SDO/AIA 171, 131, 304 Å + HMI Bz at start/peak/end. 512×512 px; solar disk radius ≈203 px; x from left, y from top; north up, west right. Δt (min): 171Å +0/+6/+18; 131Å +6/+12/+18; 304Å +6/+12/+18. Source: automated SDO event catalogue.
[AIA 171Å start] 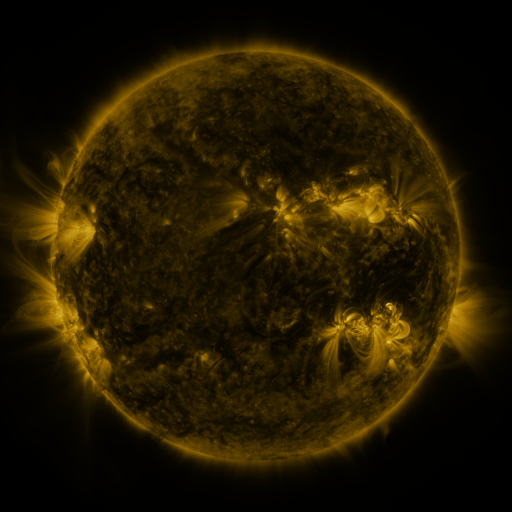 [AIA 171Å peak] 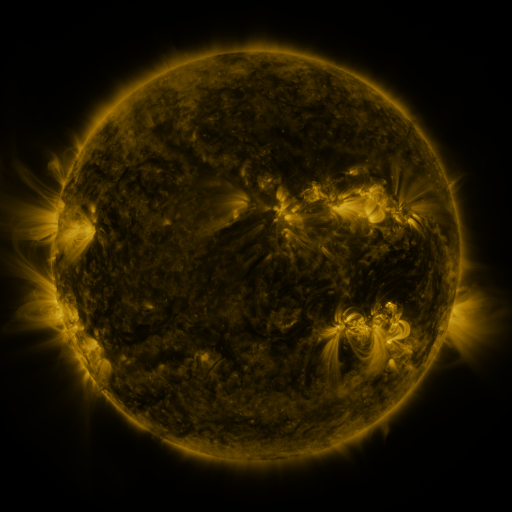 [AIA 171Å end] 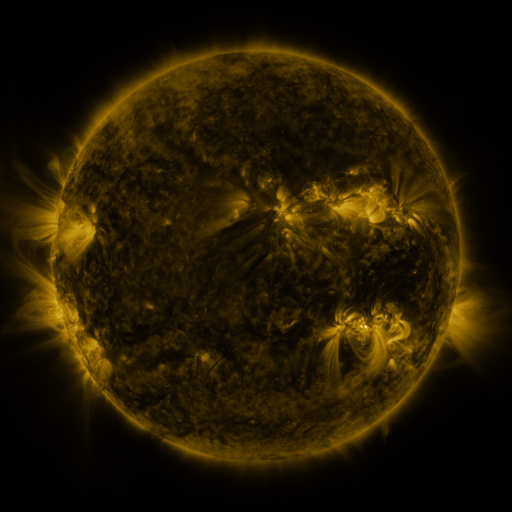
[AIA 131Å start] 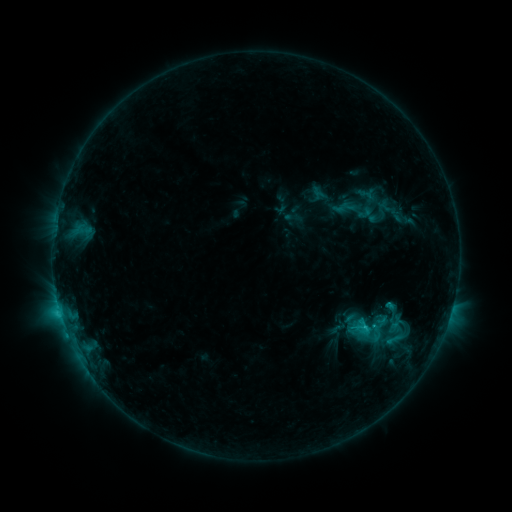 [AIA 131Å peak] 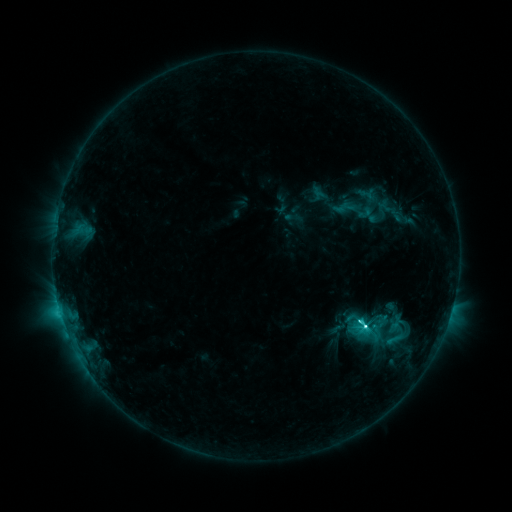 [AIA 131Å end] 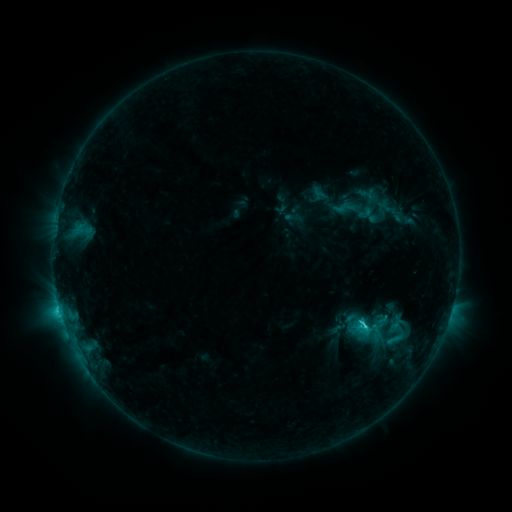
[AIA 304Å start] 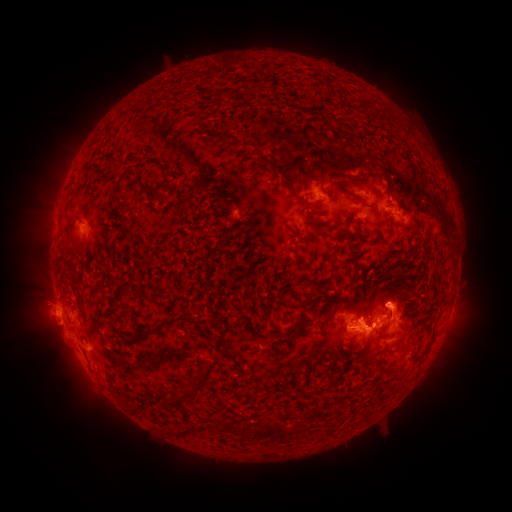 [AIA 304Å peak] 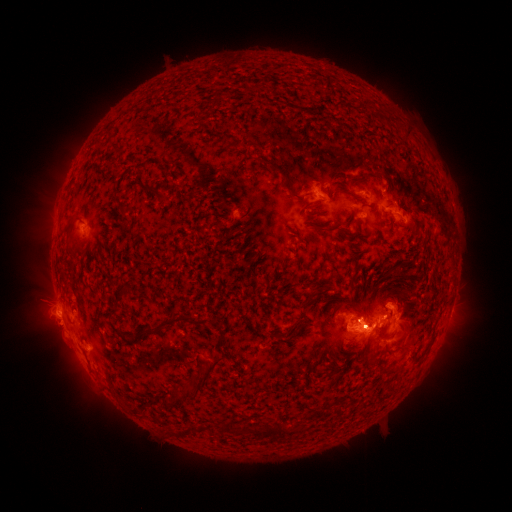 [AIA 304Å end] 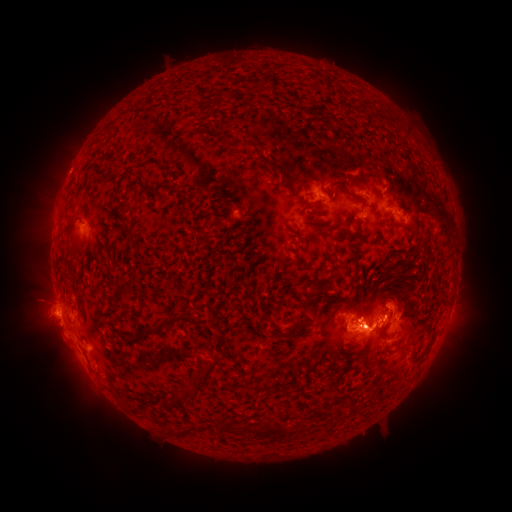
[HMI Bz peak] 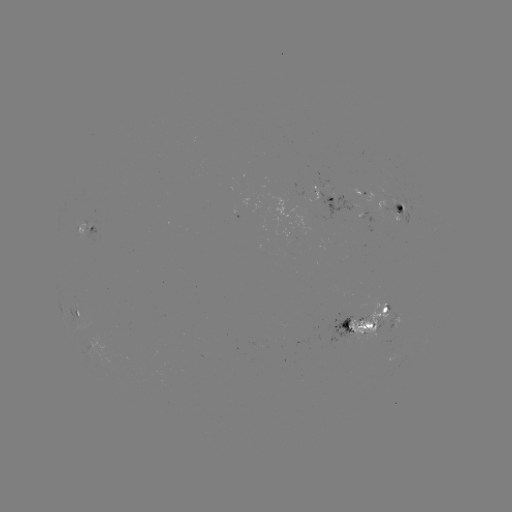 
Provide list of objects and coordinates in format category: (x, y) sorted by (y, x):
C6.2 flare: (365, 325)
